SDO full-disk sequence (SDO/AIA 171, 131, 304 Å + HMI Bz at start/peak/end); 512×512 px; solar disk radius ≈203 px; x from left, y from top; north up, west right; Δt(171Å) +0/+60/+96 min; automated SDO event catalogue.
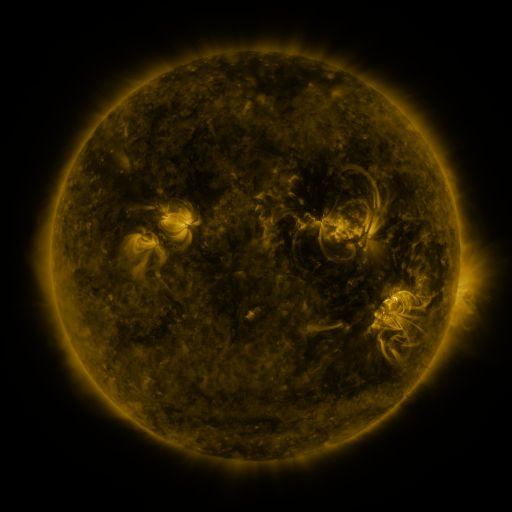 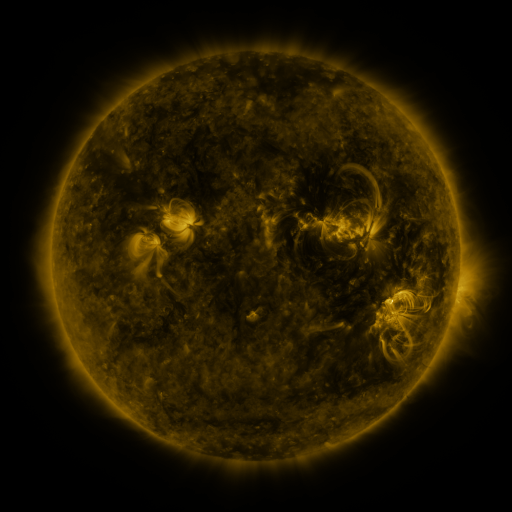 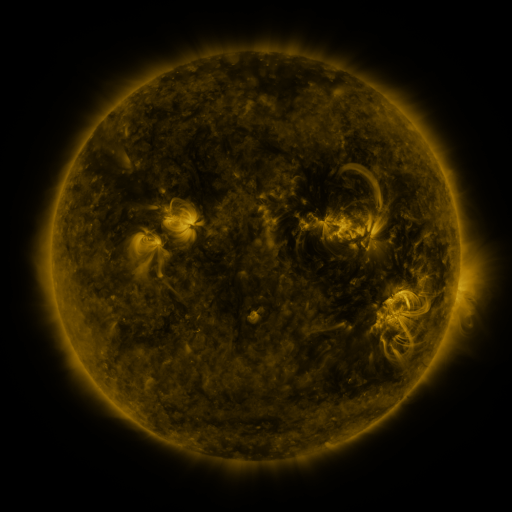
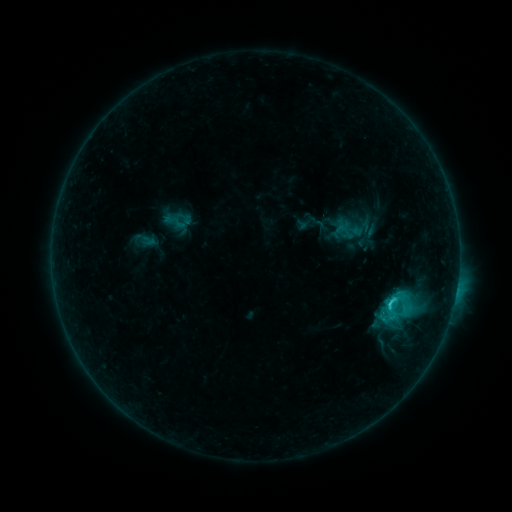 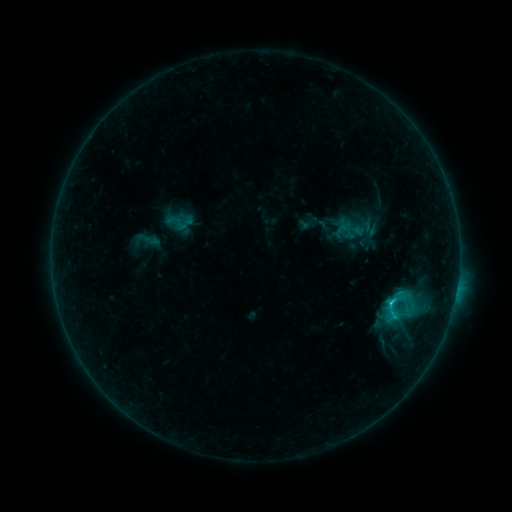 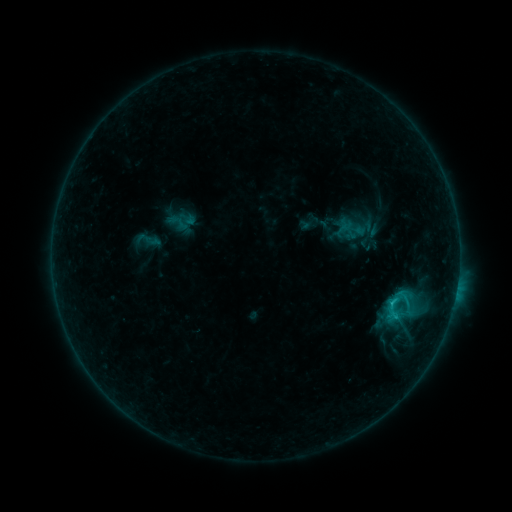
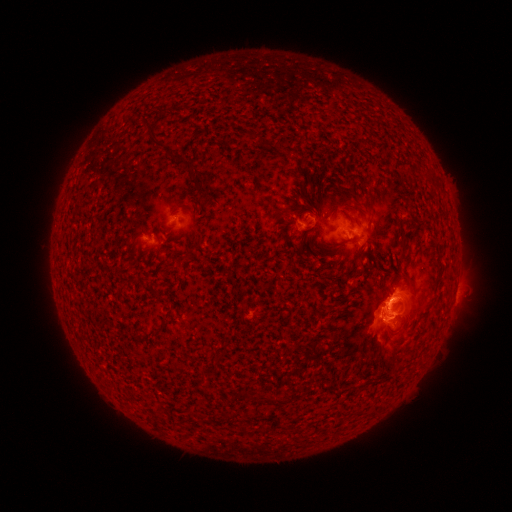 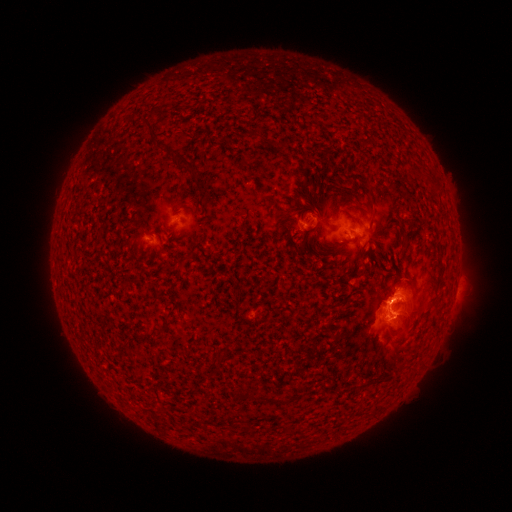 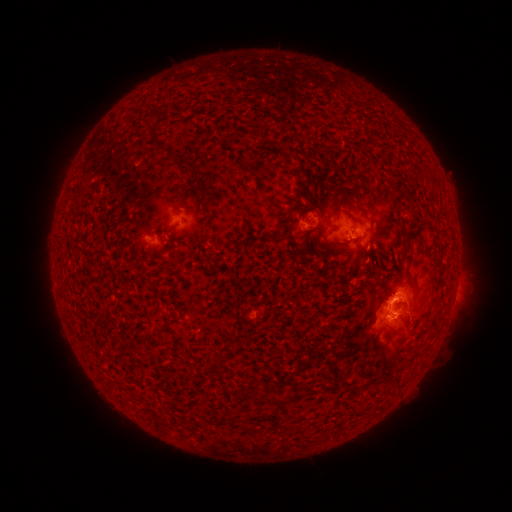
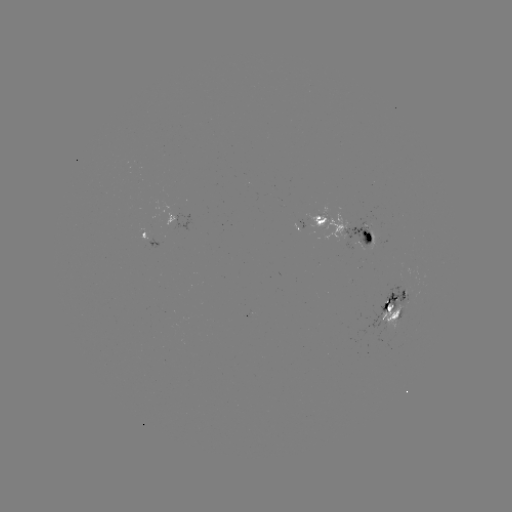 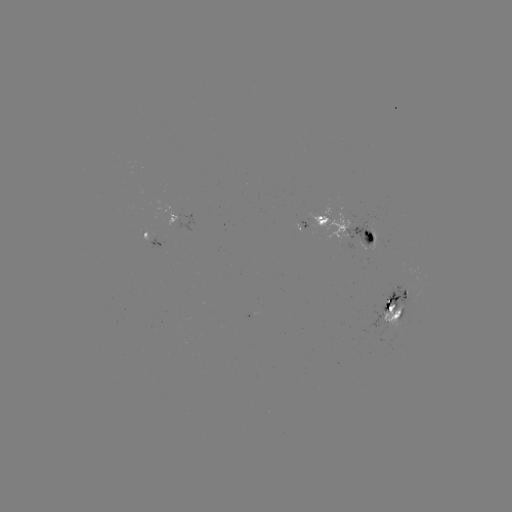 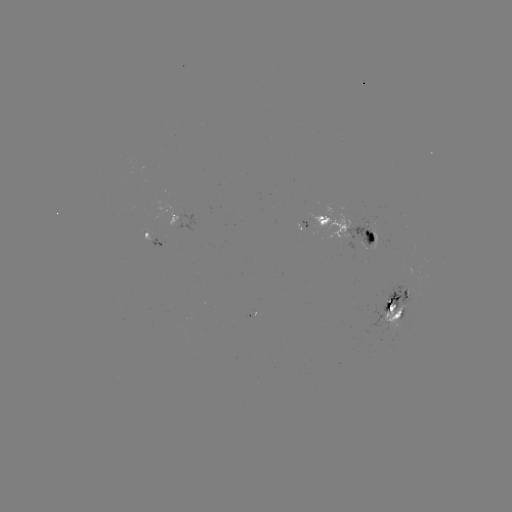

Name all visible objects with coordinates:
emerging-flux region: (154, 238)
